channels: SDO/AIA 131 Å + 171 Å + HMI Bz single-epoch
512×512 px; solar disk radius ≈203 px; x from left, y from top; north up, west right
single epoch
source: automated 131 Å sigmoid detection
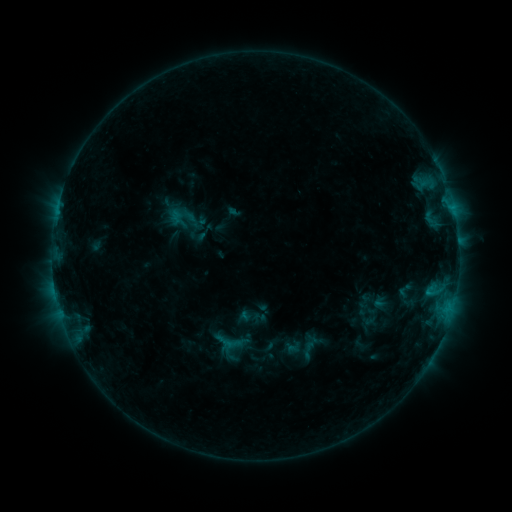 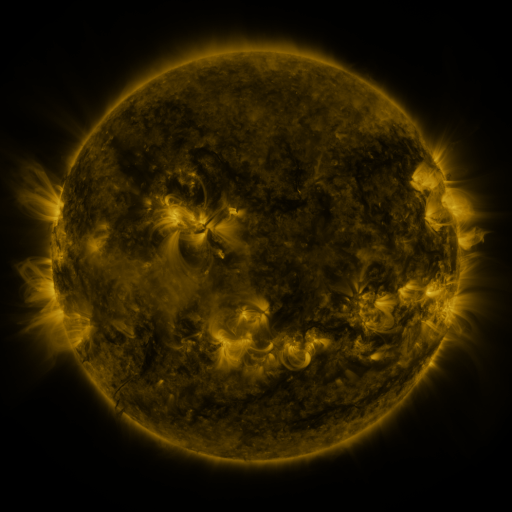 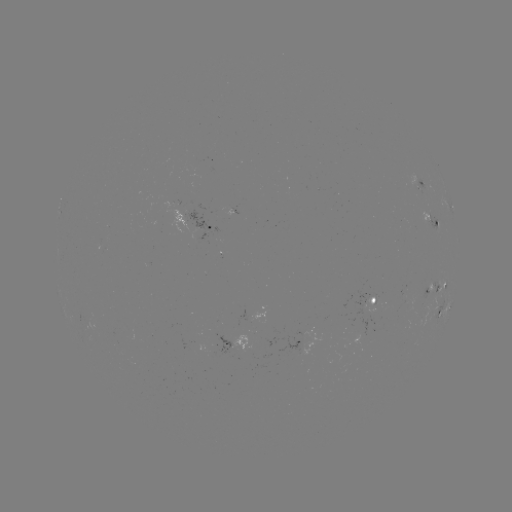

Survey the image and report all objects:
sigmoid: (405, 290)
